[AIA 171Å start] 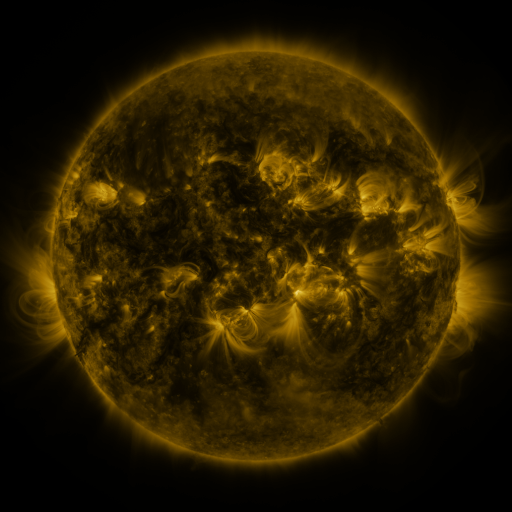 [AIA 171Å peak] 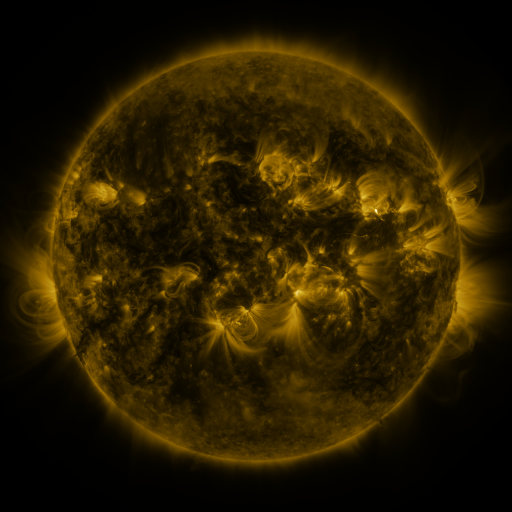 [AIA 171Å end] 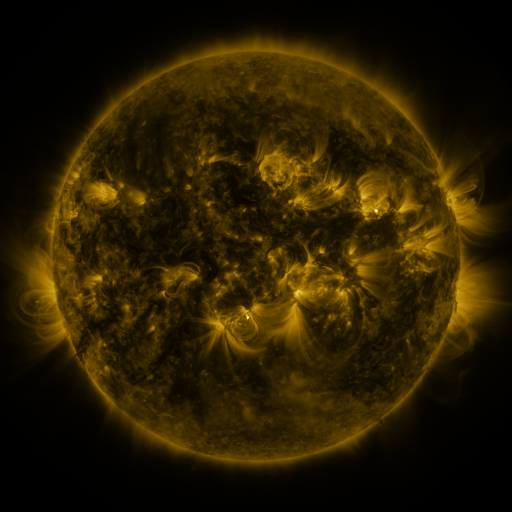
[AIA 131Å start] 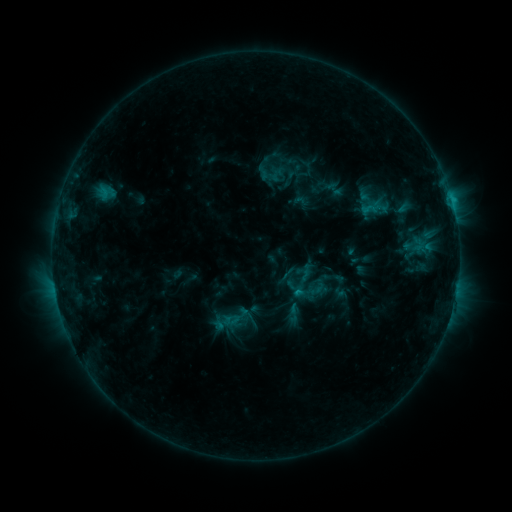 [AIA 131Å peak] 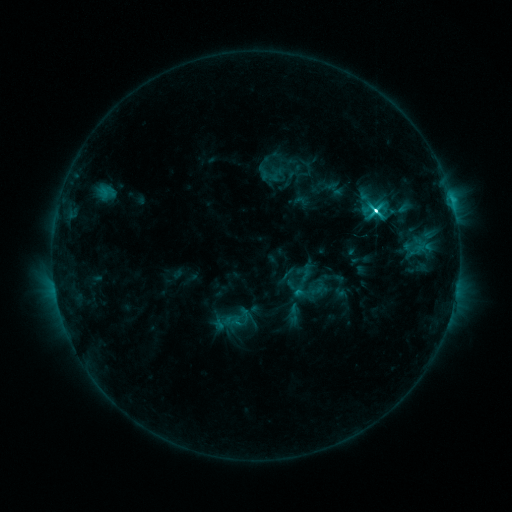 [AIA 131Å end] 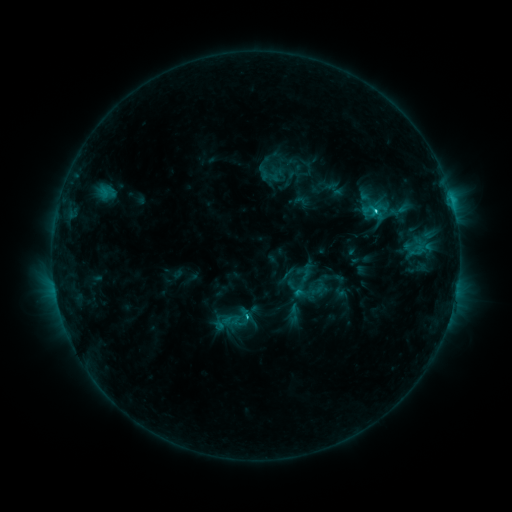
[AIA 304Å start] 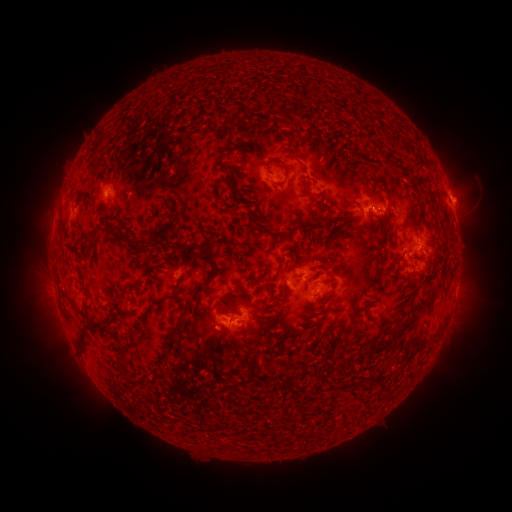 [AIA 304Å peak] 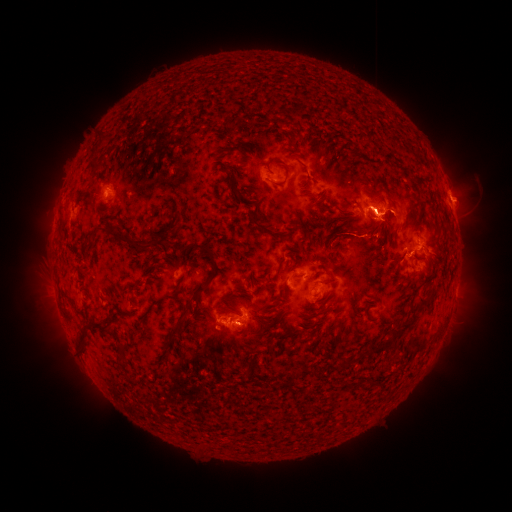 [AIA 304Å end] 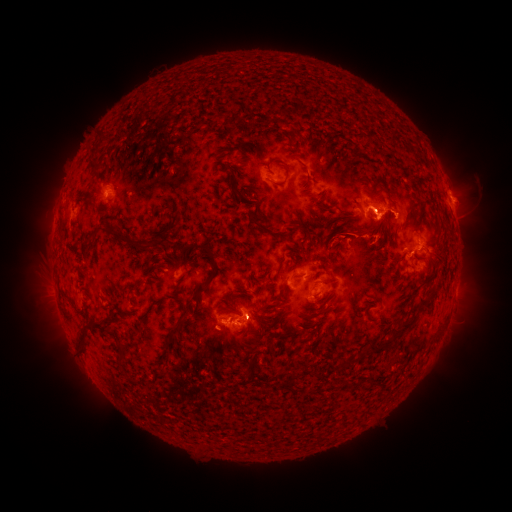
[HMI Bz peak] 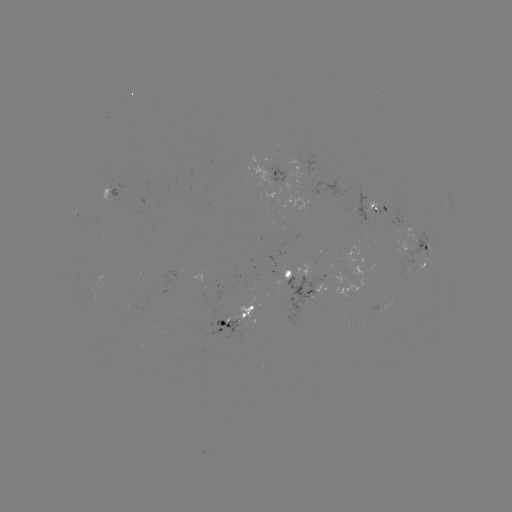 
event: flare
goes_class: M1.2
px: (374, 210)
